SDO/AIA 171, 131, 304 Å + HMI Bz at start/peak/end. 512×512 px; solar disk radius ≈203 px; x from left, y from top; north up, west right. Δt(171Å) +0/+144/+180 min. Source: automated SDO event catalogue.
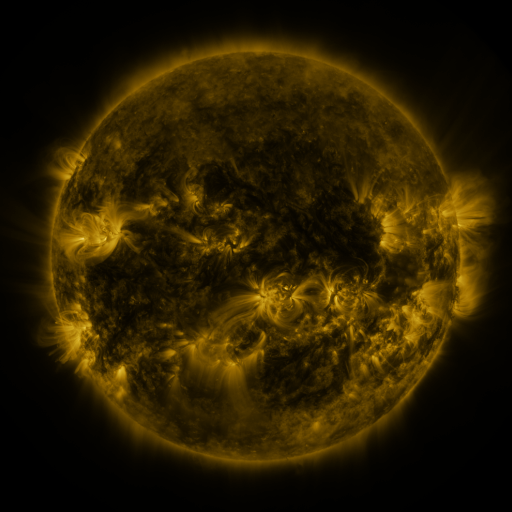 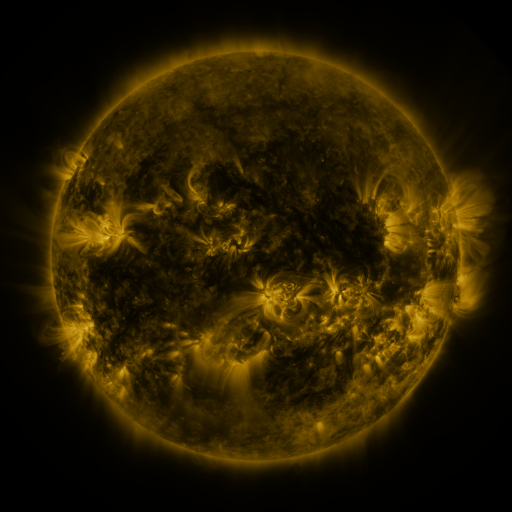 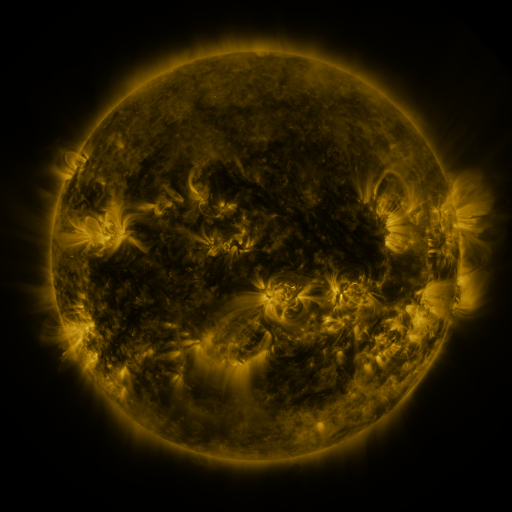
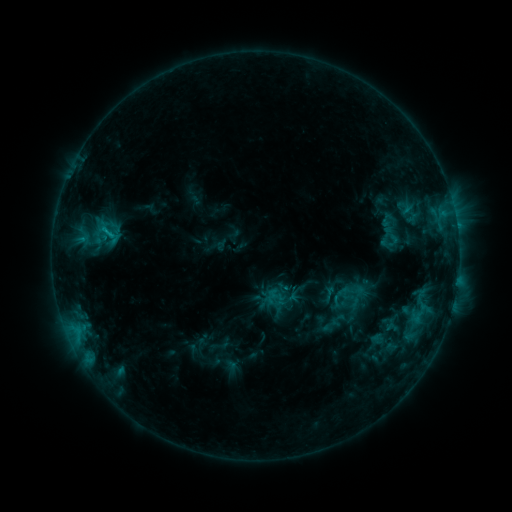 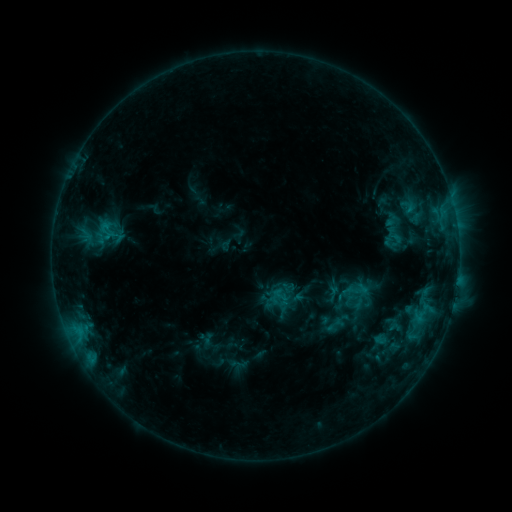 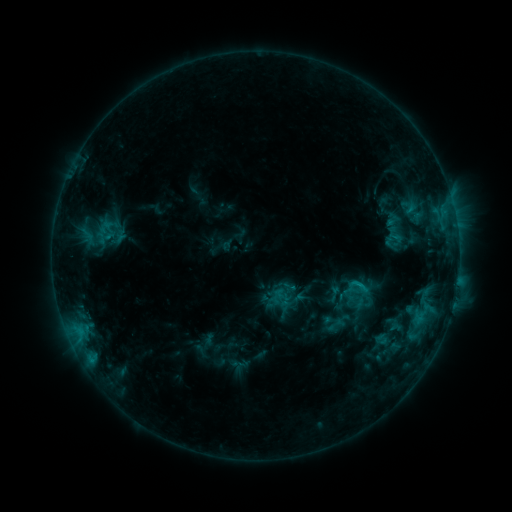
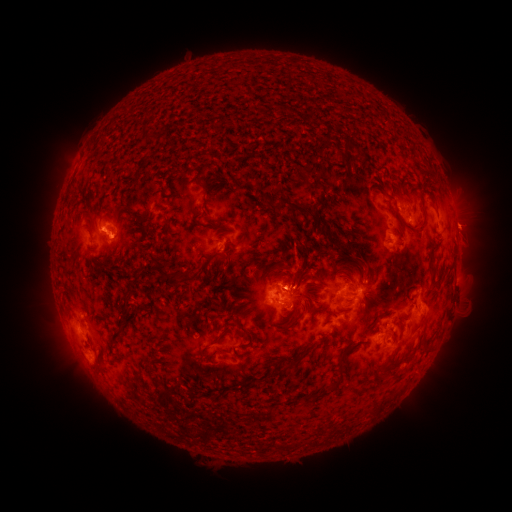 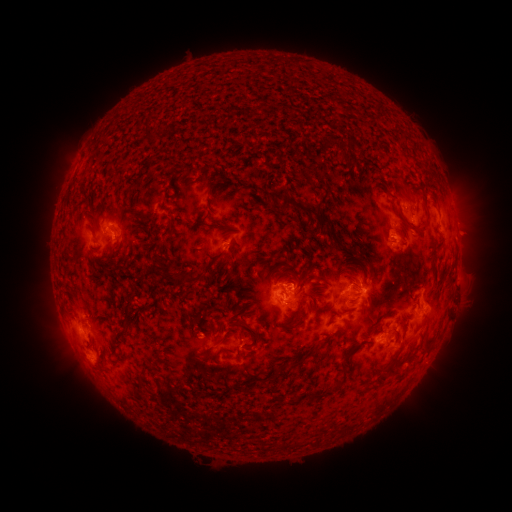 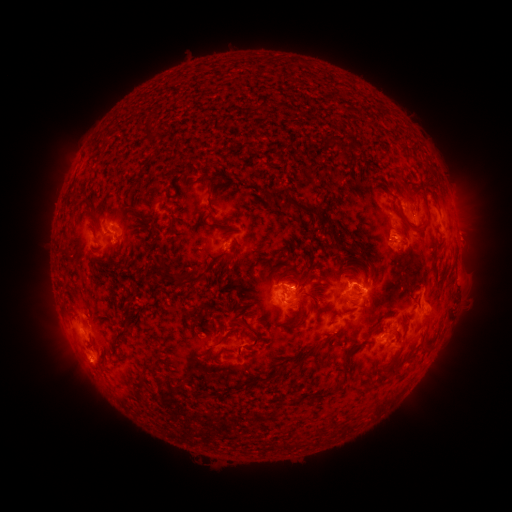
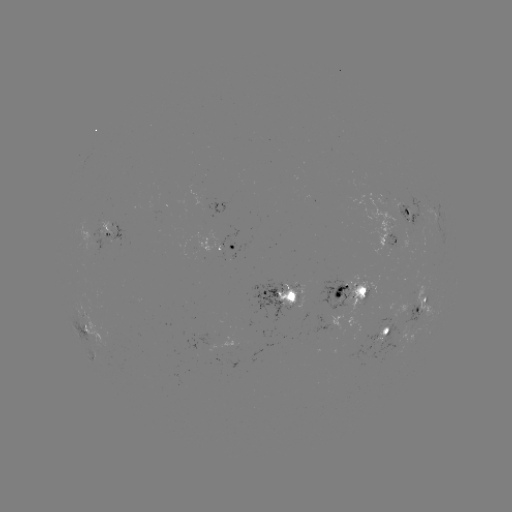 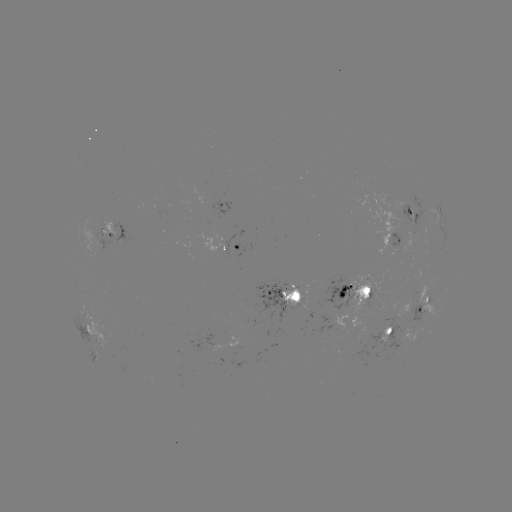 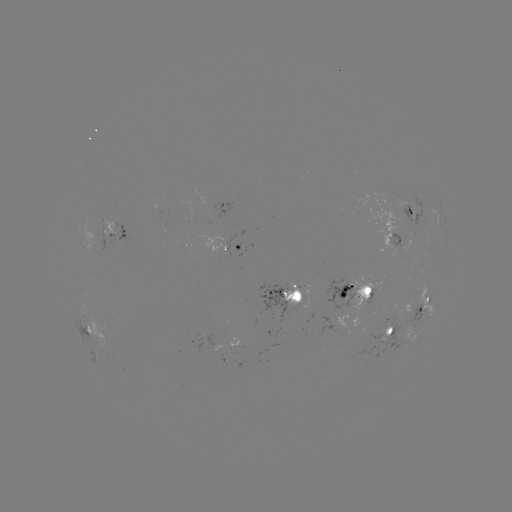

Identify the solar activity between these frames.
emerging-flux region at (298, 295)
